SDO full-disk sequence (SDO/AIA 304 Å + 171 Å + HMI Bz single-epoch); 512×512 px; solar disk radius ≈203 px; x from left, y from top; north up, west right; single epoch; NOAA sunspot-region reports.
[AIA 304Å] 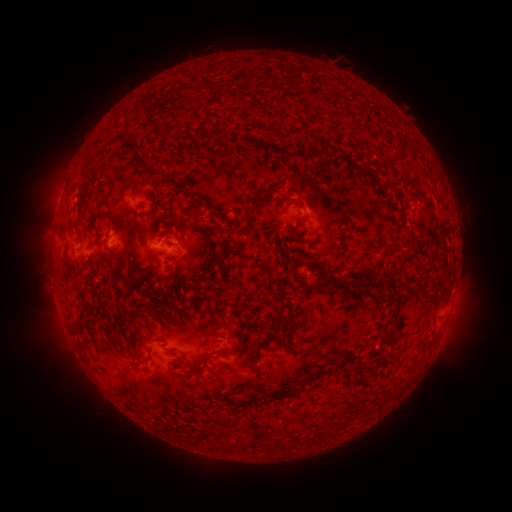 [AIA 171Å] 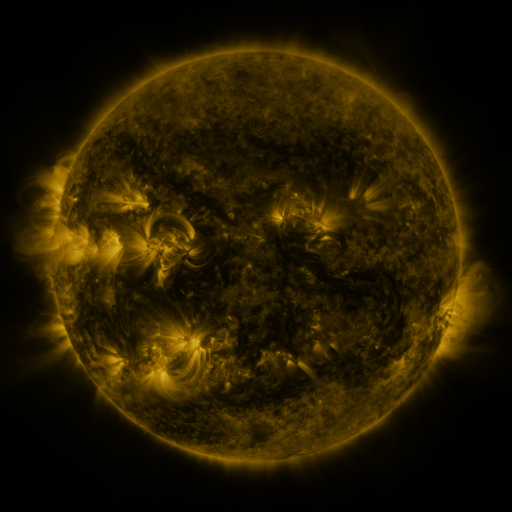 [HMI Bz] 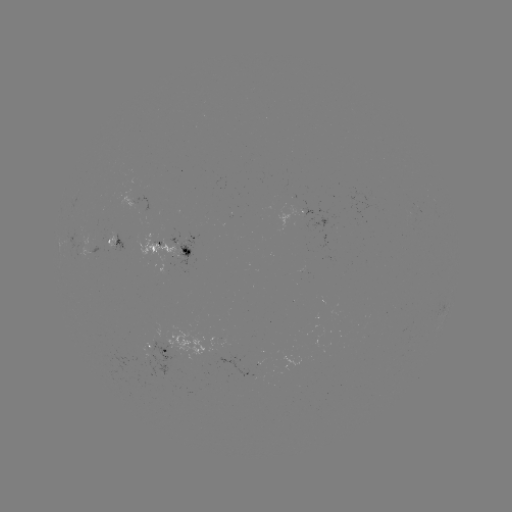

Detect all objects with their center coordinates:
spotted active region: (118, 245)
spotted active region: (173, 250)
spotted active region: (160, 348)
